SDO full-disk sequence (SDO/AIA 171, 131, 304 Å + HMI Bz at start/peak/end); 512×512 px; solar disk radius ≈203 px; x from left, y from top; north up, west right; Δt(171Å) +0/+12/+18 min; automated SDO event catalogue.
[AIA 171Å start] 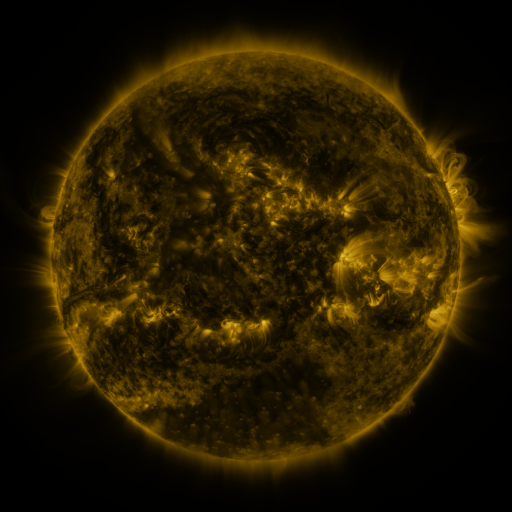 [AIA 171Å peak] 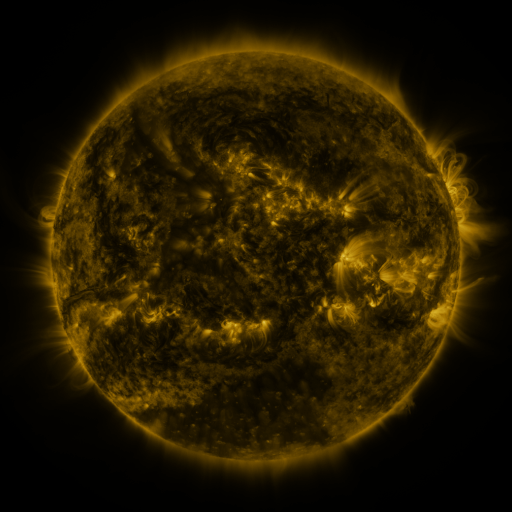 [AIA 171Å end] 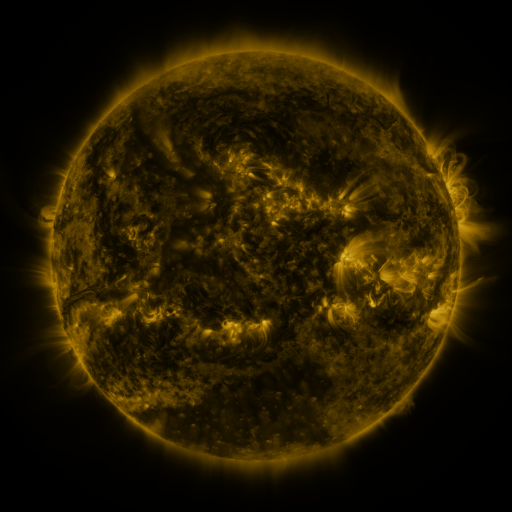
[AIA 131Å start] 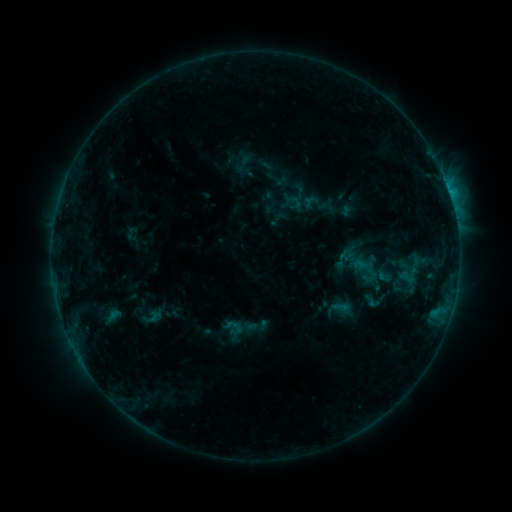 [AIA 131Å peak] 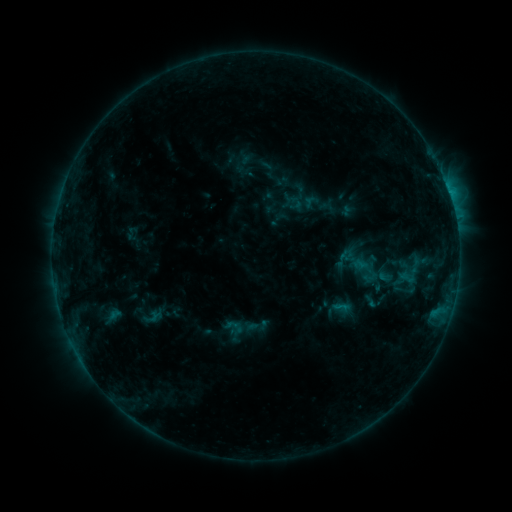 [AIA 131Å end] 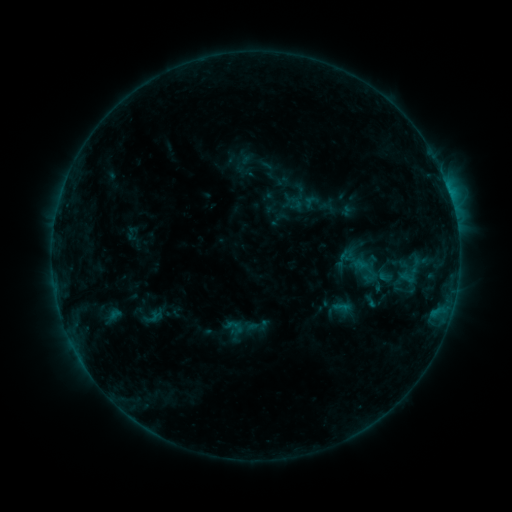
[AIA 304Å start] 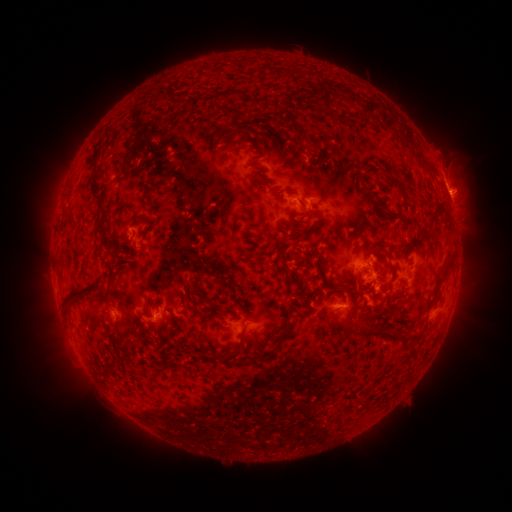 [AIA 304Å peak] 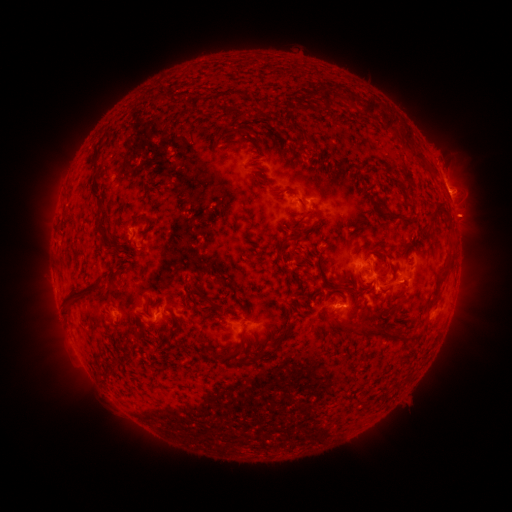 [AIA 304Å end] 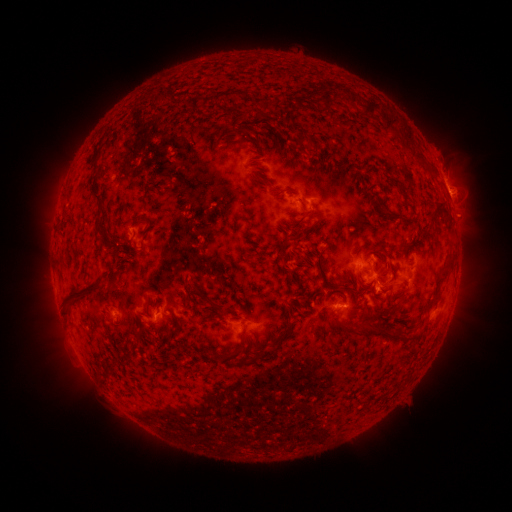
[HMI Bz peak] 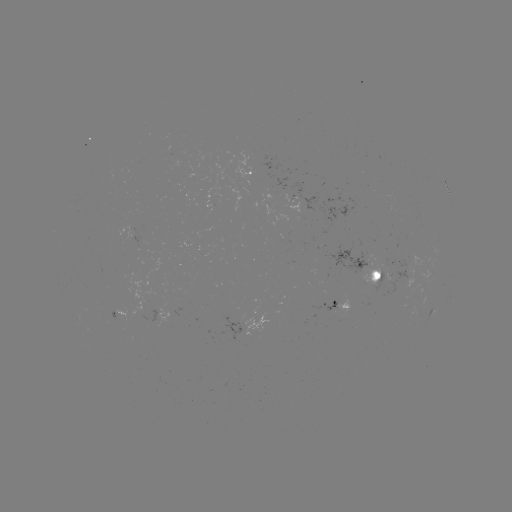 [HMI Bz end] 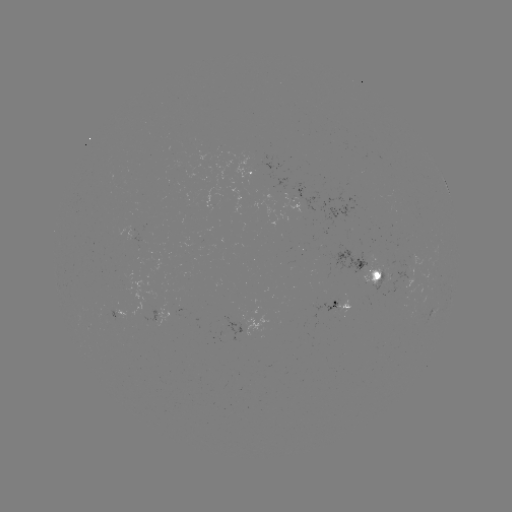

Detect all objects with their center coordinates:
eruption: (464, 221)
